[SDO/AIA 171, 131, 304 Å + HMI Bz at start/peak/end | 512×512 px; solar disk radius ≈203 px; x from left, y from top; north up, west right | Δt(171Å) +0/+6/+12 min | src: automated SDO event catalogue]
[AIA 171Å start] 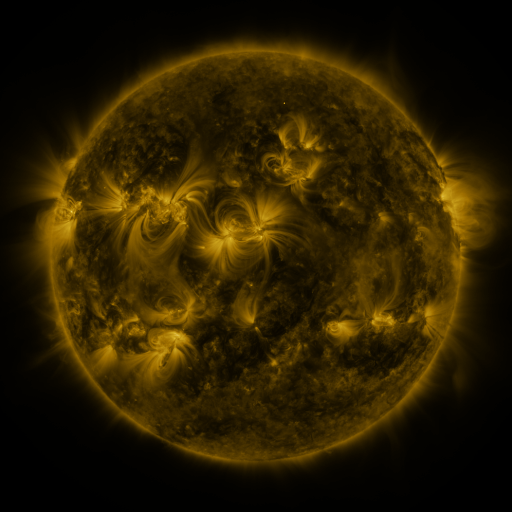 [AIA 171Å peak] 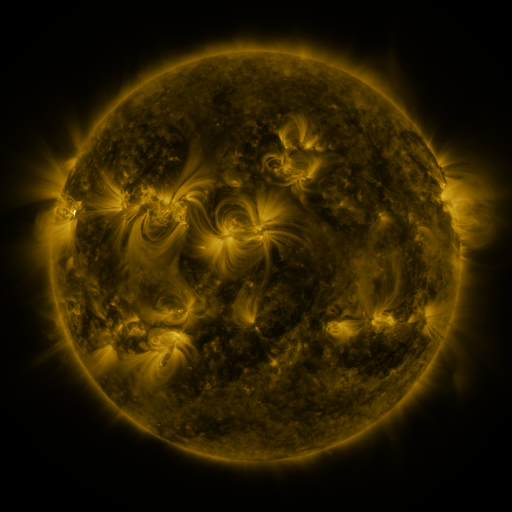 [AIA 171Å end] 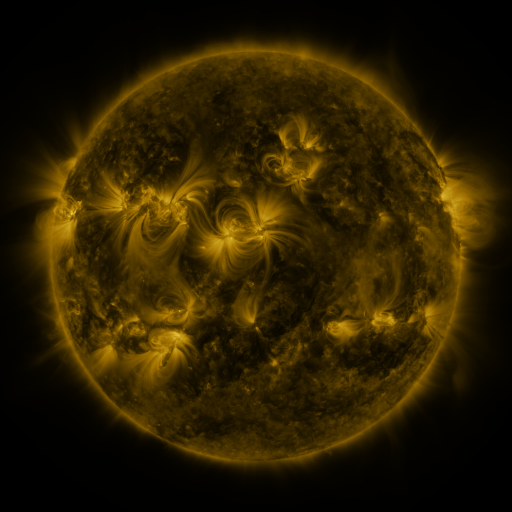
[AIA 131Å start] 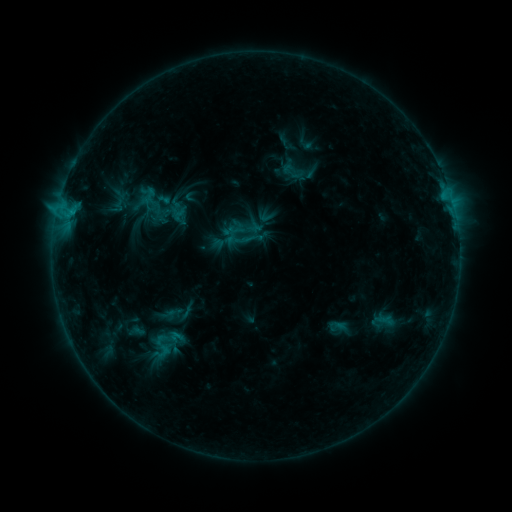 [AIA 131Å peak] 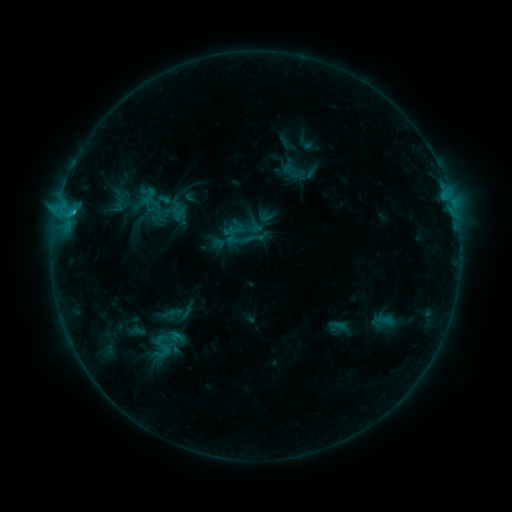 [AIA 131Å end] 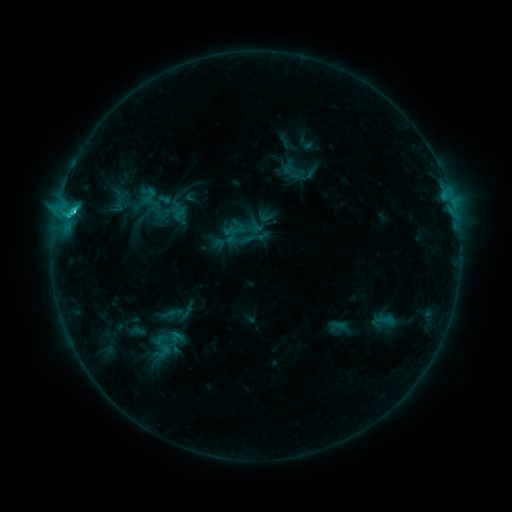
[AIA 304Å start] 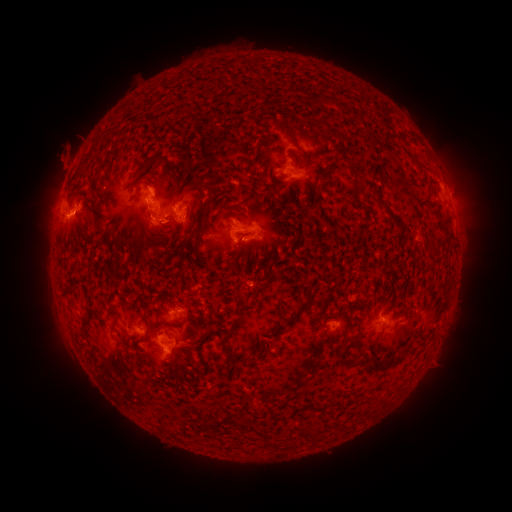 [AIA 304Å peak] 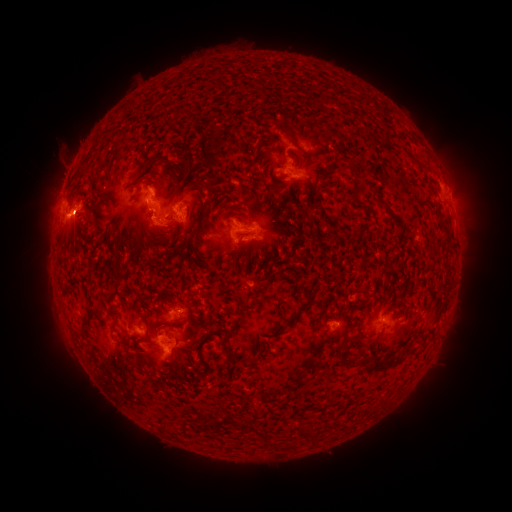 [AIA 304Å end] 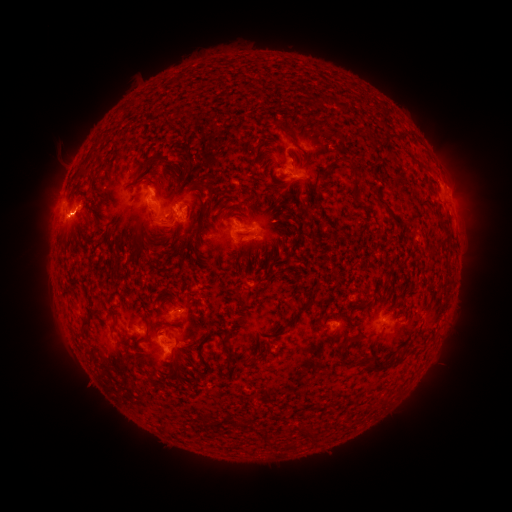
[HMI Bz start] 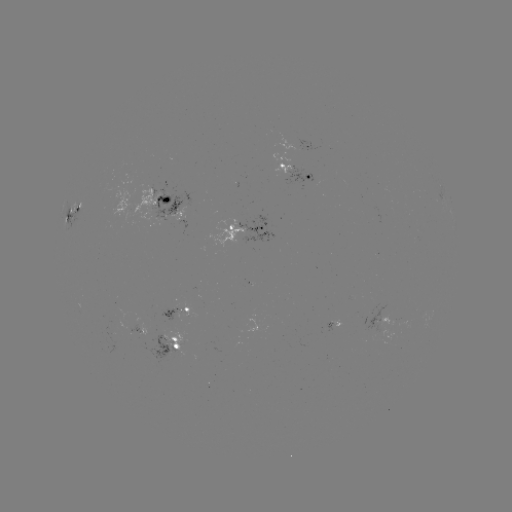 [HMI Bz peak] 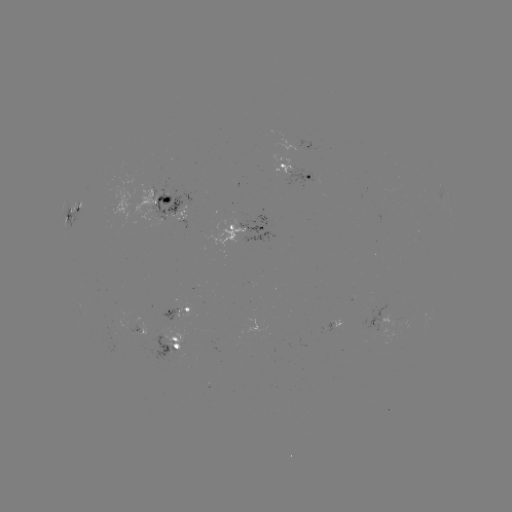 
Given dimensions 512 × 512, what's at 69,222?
eruption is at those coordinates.